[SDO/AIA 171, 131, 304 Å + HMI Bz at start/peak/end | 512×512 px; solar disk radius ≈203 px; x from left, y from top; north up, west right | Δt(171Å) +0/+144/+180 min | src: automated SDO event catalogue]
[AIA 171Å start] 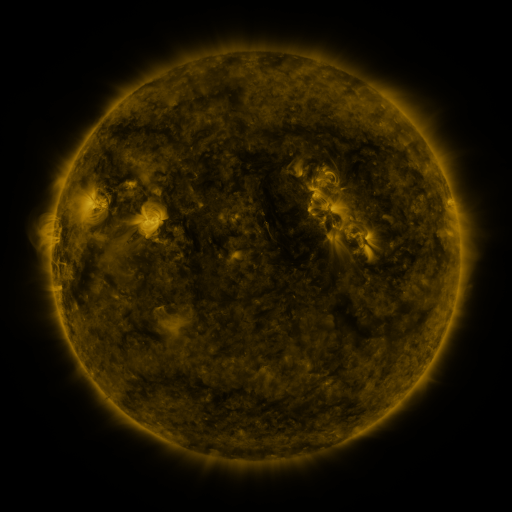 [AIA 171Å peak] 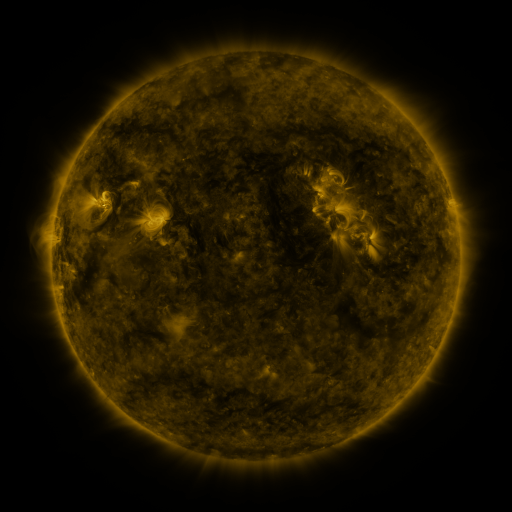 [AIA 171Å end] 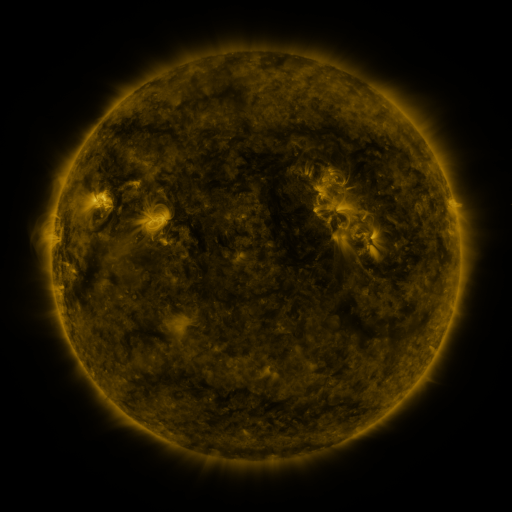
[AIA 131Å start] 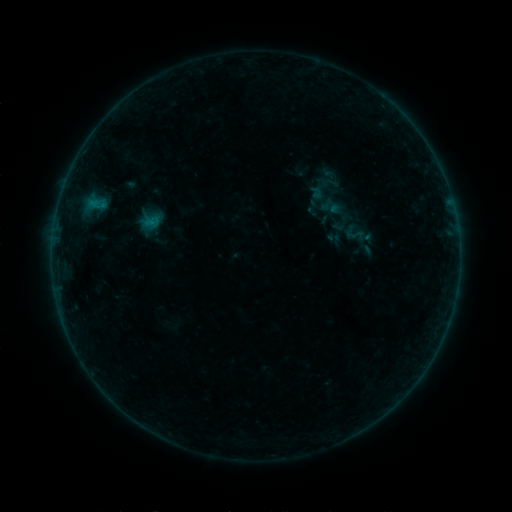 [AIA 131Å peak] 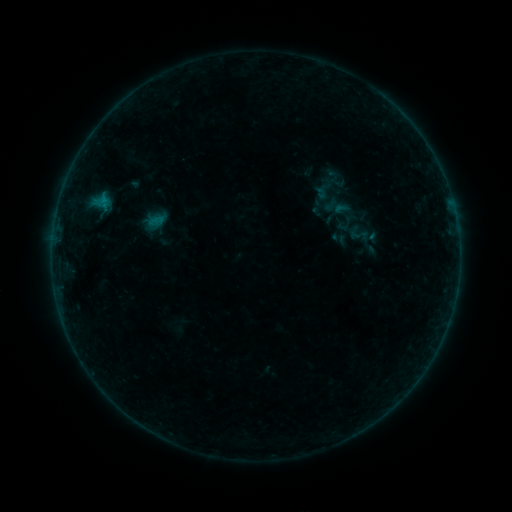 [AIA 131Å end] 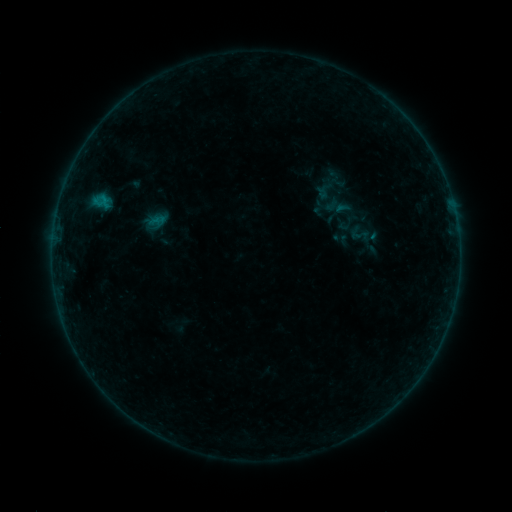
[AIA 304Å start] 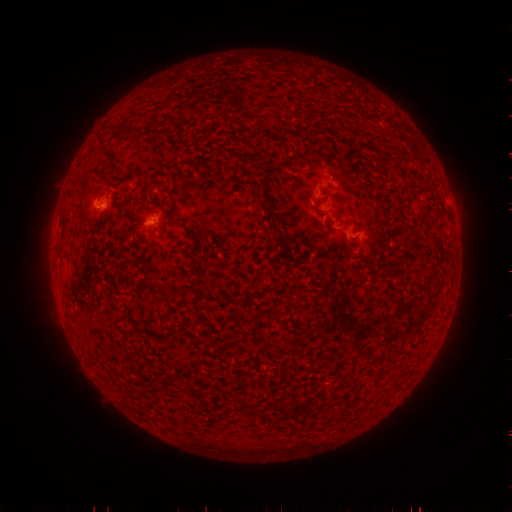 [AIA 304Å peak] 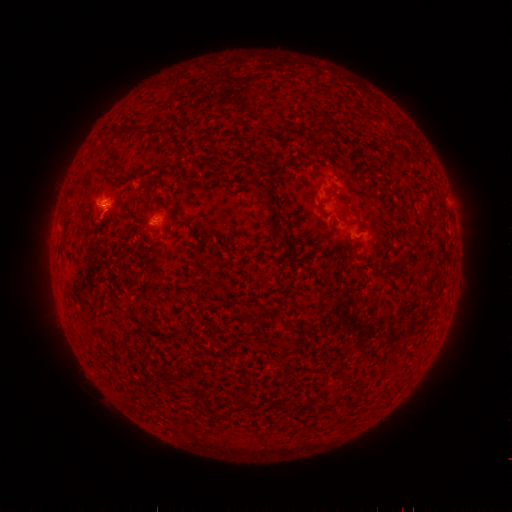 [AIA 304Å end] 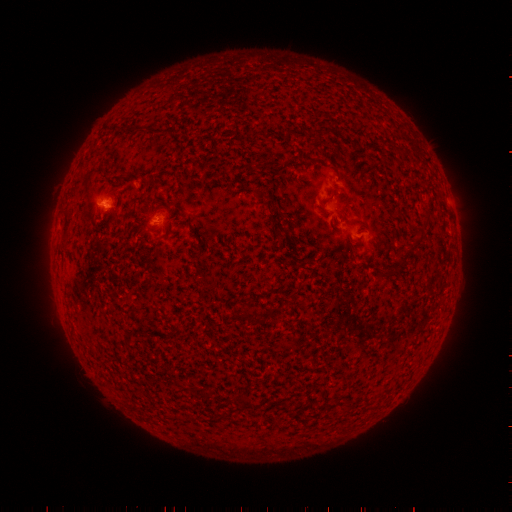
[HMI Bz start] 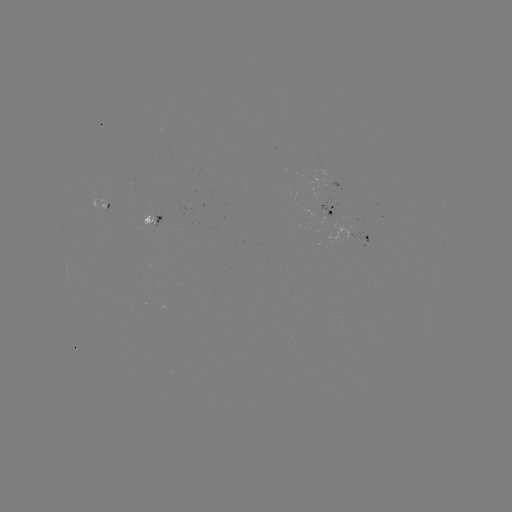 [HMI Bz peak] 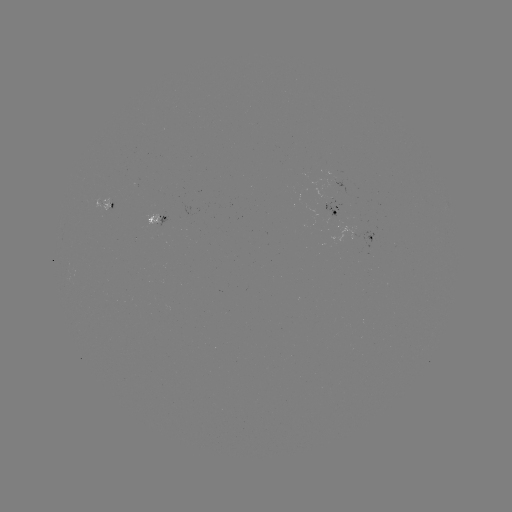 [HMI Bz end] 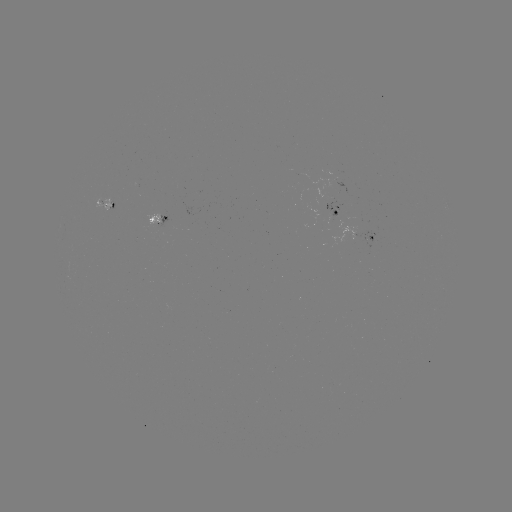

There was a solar emerging-flux region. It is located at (301, 176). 